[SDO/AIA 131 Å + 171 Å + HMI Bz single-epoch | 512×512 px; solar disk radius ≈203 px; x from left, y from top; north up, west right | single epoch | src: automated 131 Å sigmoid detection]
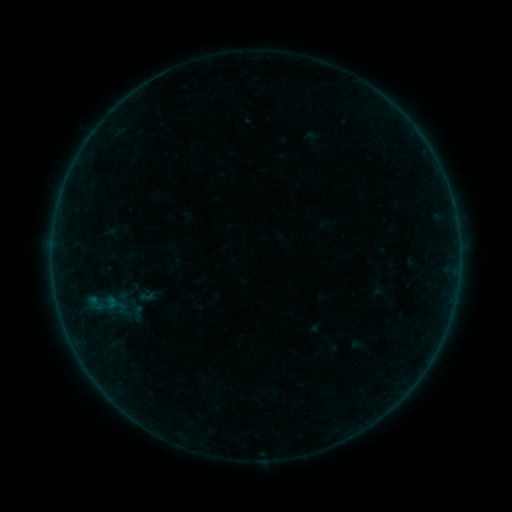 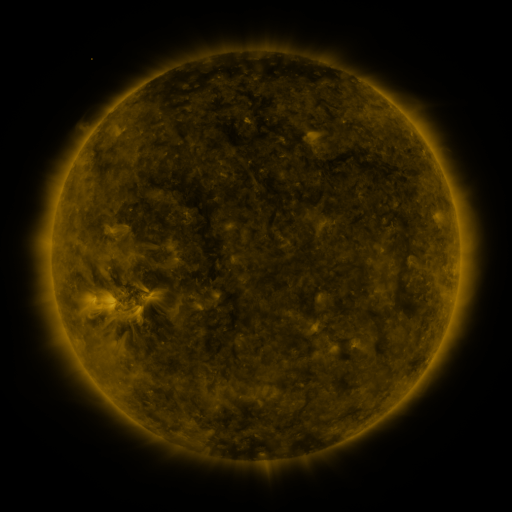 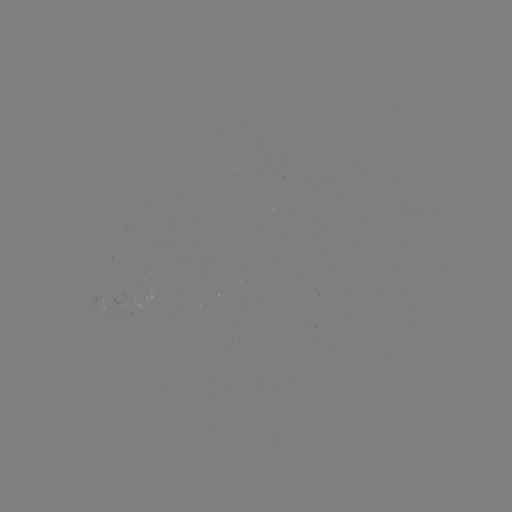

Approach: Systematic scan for sigmoid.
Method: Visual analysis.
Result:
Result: sigmoid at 115,304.